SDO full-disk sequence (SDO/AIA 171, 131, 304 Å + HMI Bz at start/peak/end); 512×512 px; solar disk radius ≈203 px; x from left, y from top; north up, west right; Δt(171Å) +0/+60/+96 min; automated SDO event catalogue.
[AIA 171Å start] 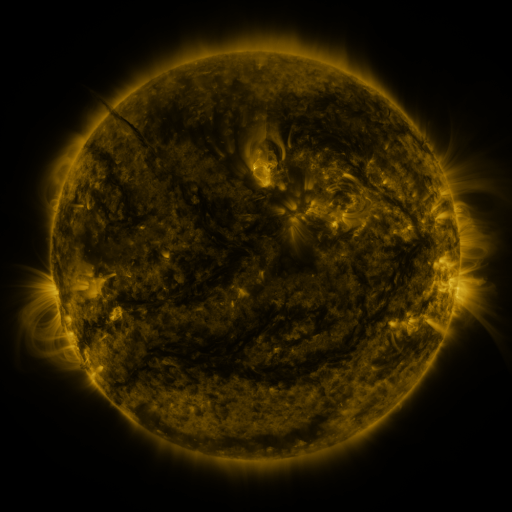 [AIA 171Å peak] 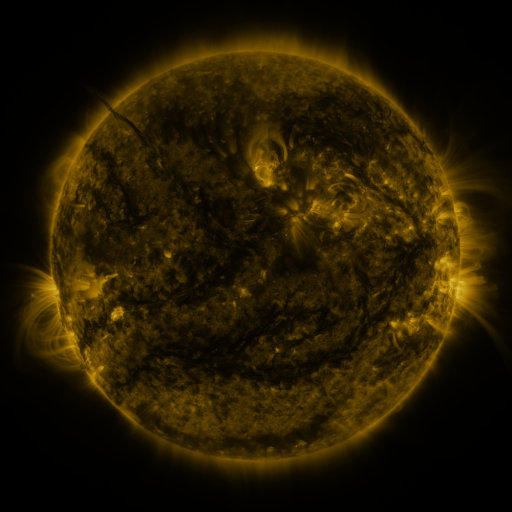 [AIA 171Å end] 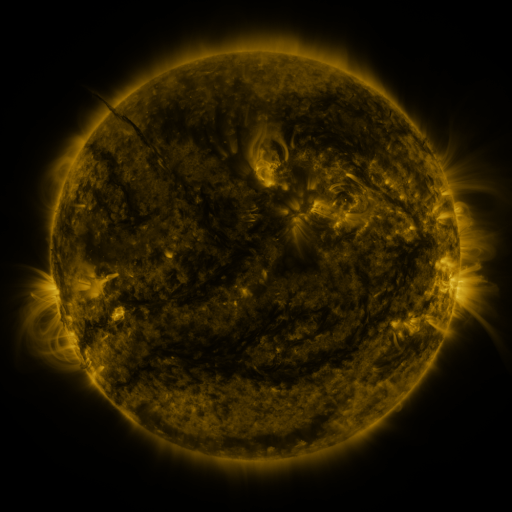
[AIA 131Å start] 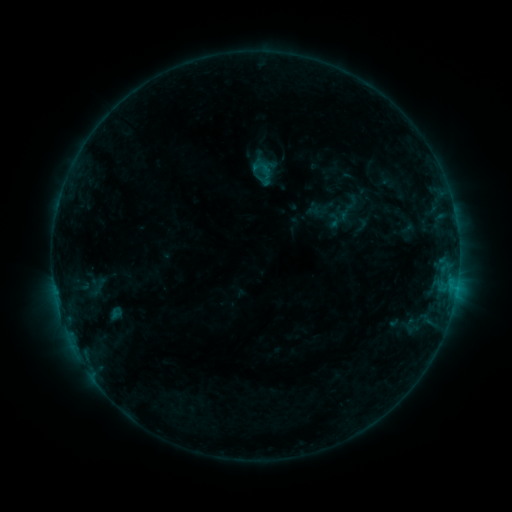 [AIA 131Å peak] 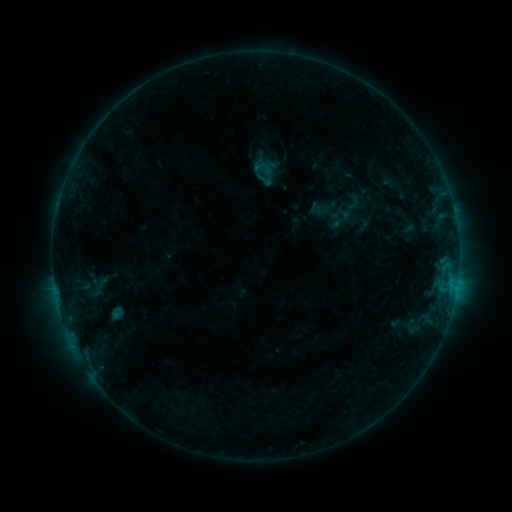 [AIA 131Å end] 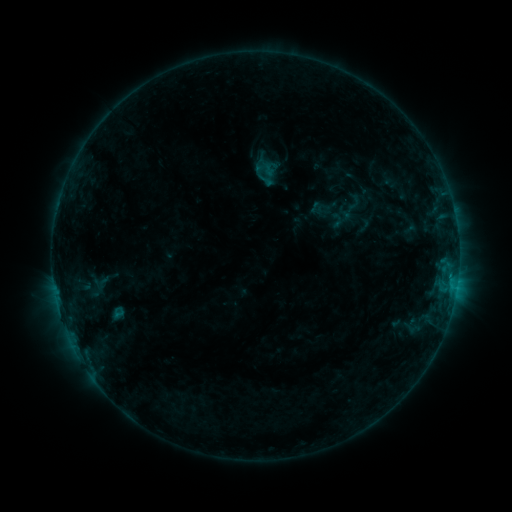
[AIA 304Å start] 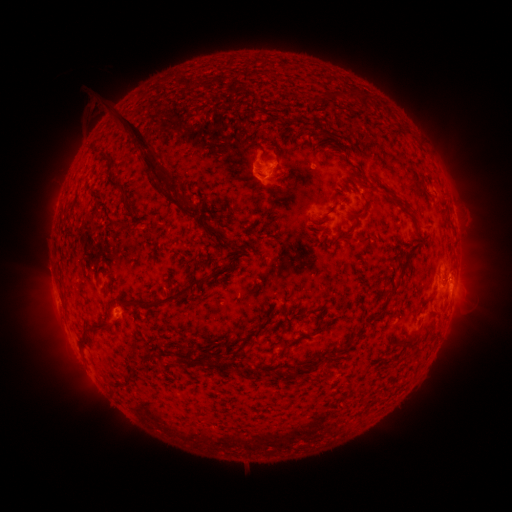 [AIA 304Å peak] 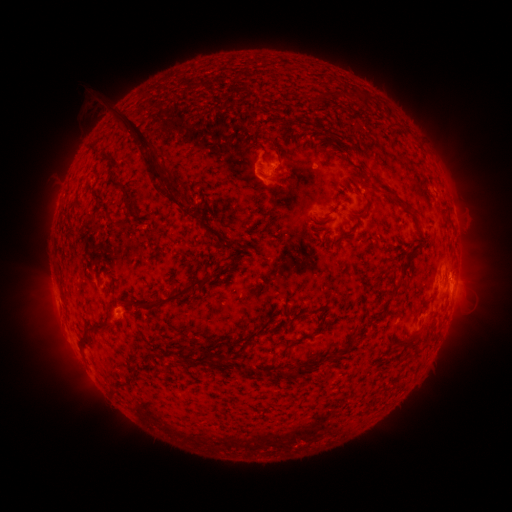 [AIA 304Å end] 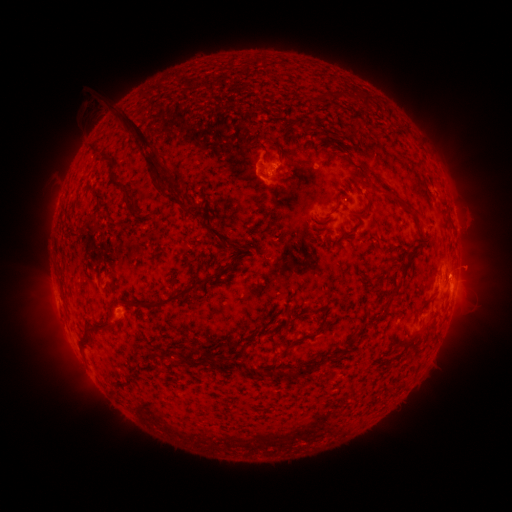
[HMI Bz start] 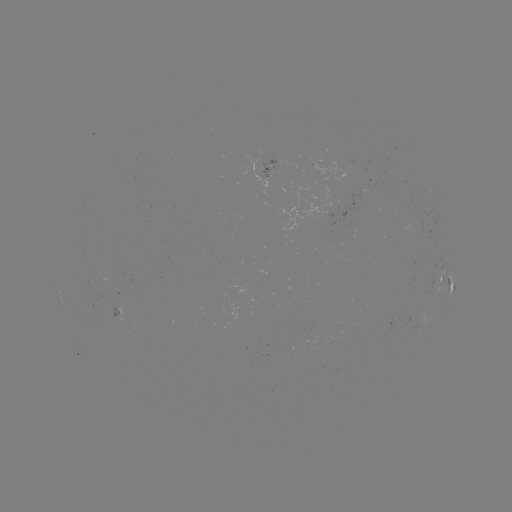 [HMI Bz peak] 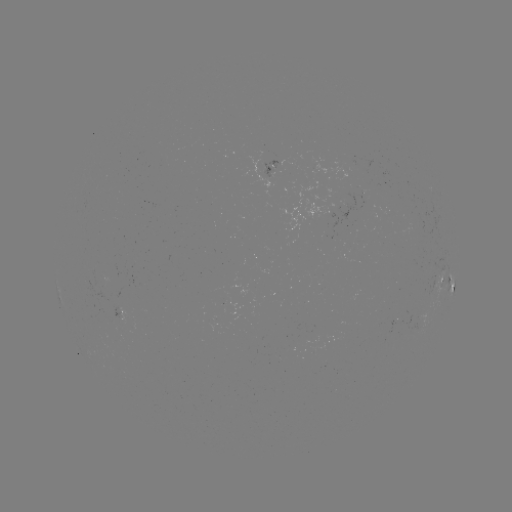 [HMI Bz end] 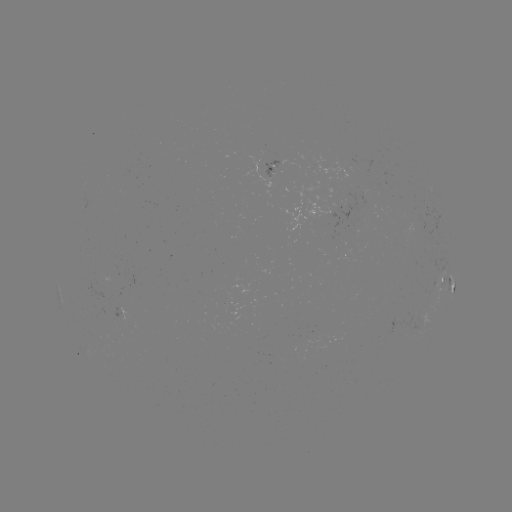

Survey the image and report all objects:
emerging-flux region: (340, 206)
